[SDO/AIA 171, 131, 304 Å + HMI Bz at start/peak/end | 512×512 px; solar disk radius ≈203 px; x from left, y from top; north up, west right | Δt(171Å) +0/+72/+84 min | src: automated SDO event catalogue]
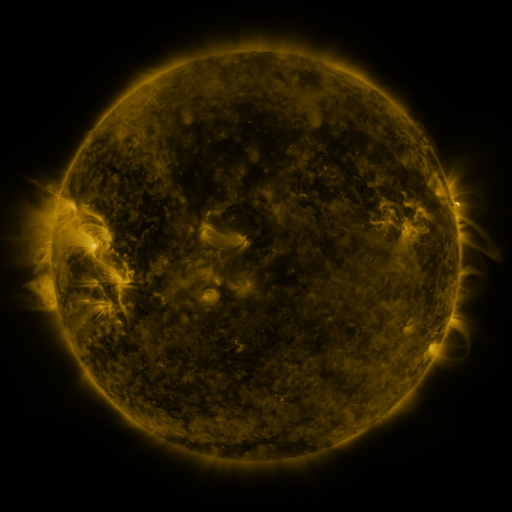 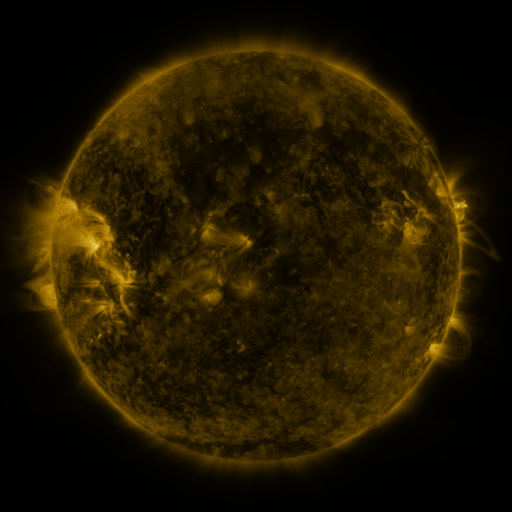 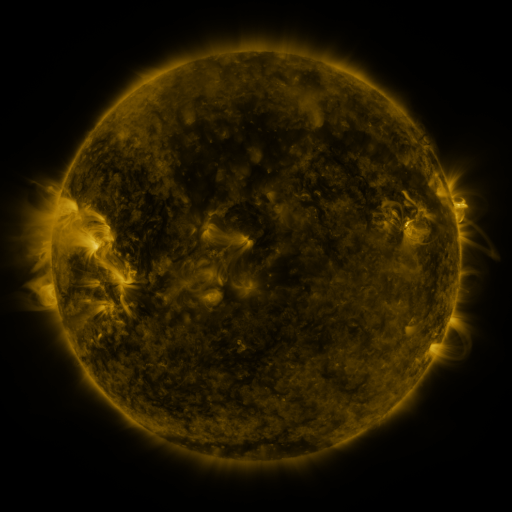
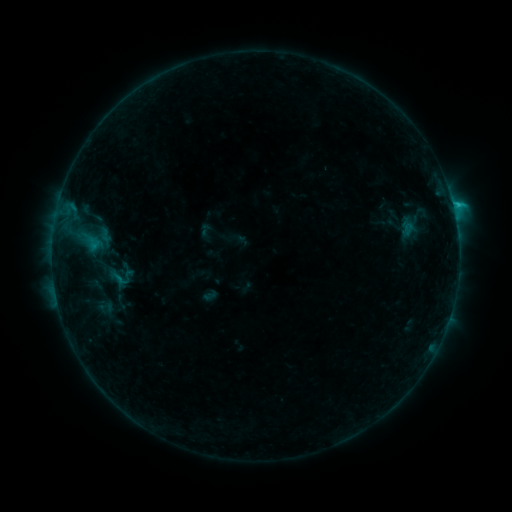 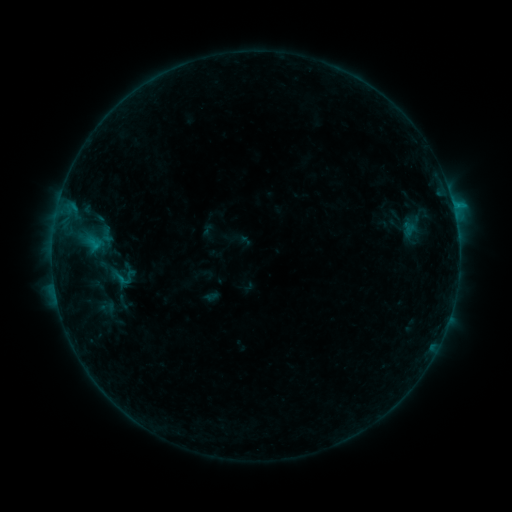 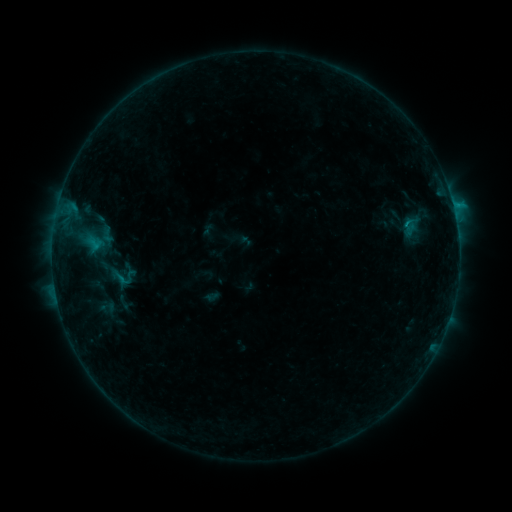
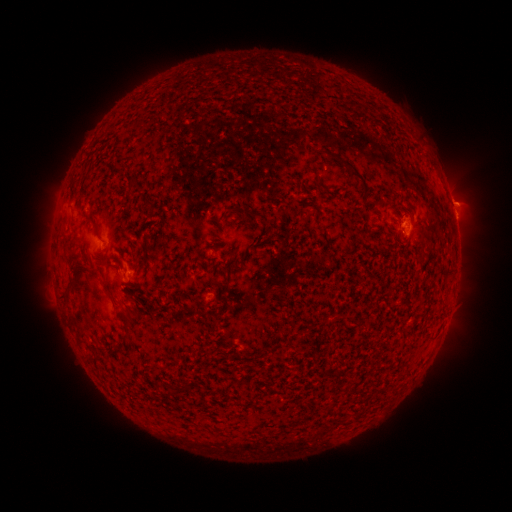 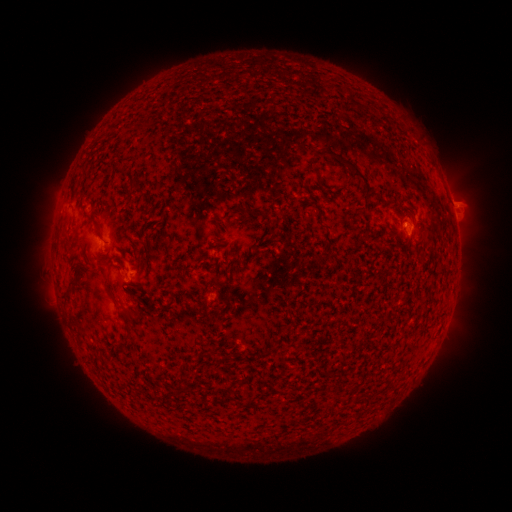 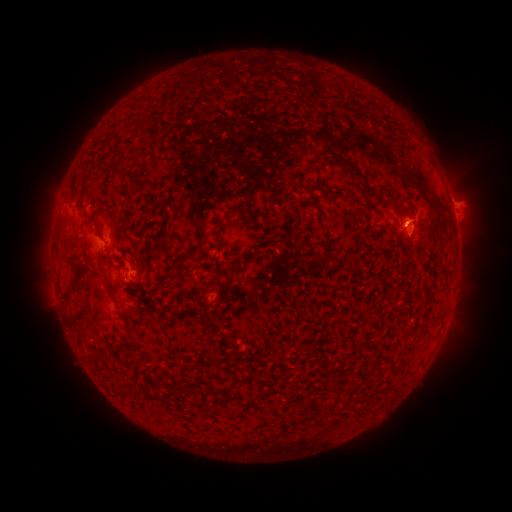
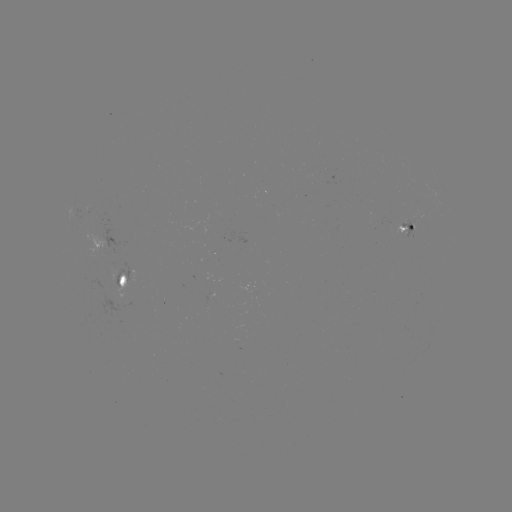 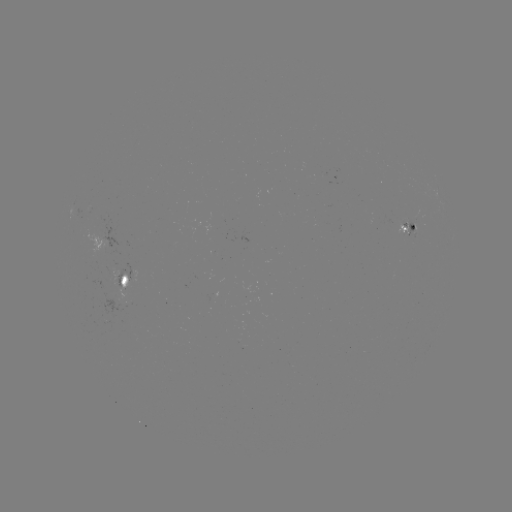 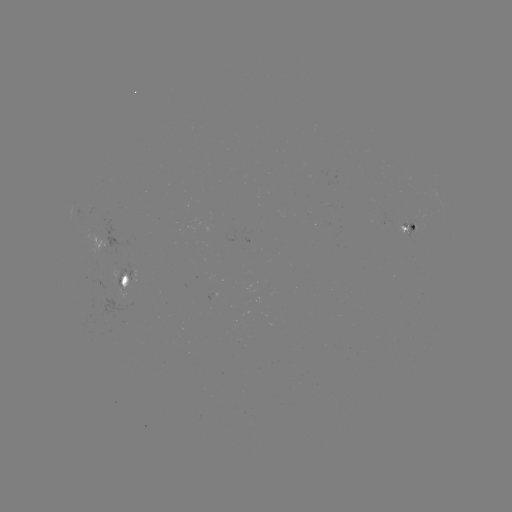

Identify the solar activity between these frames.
emerging-flux region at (120, 273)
